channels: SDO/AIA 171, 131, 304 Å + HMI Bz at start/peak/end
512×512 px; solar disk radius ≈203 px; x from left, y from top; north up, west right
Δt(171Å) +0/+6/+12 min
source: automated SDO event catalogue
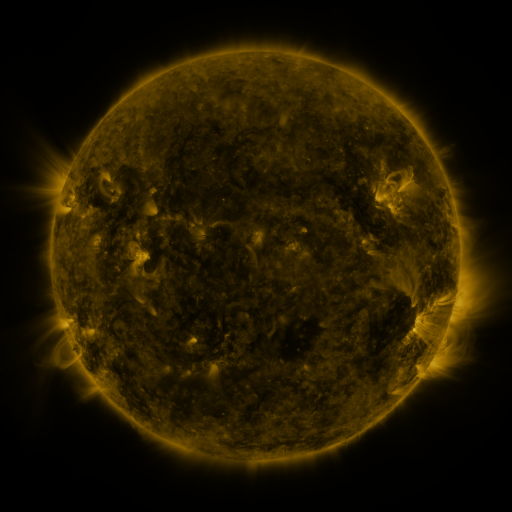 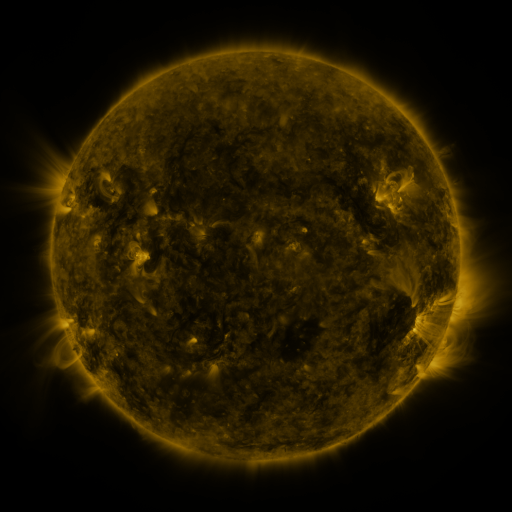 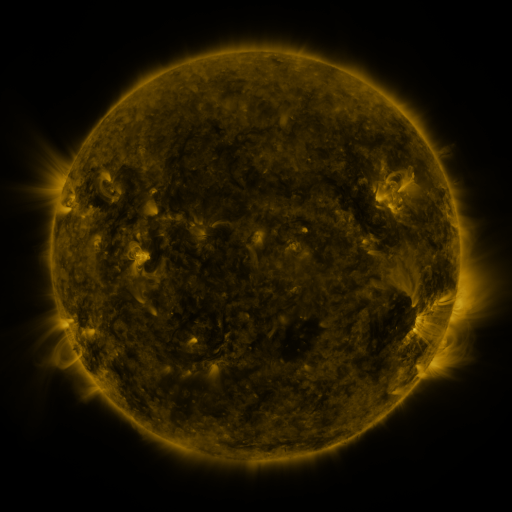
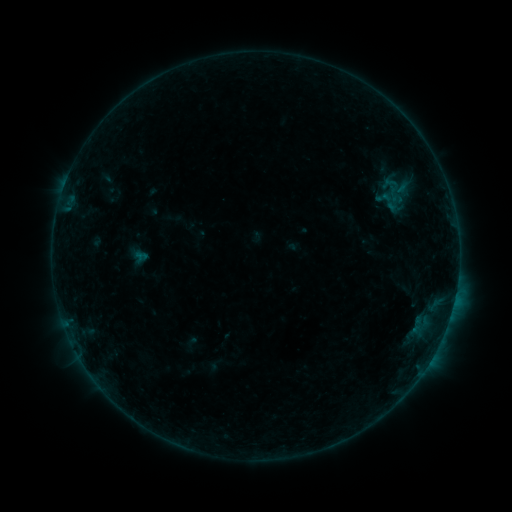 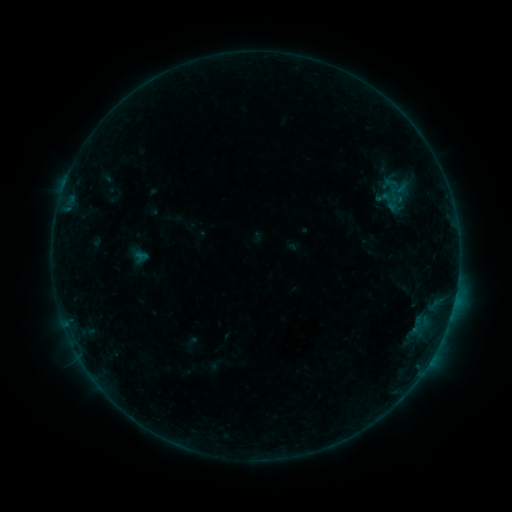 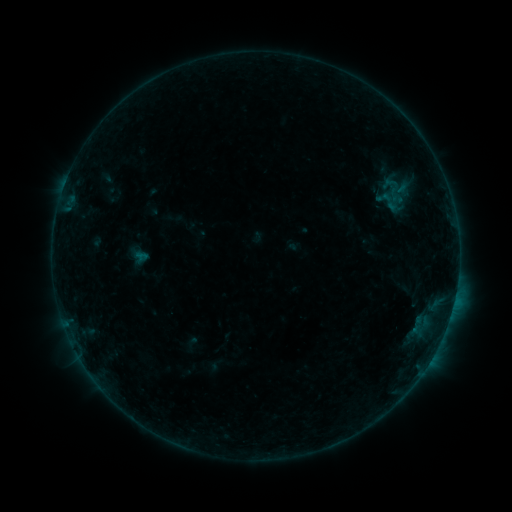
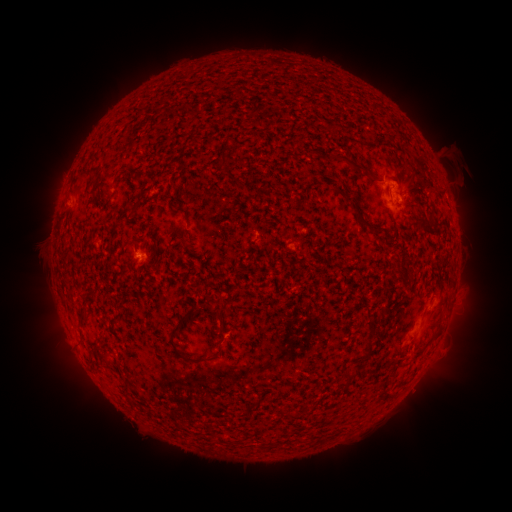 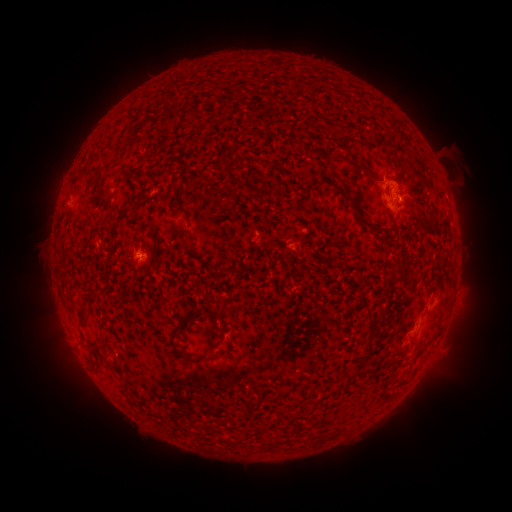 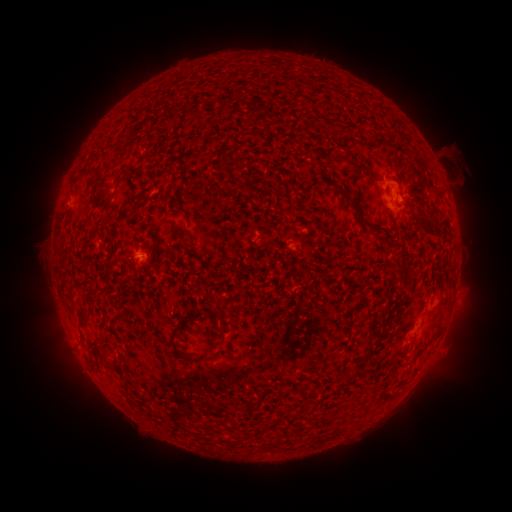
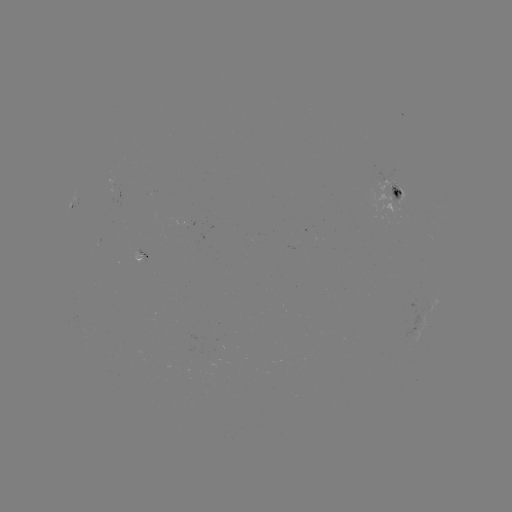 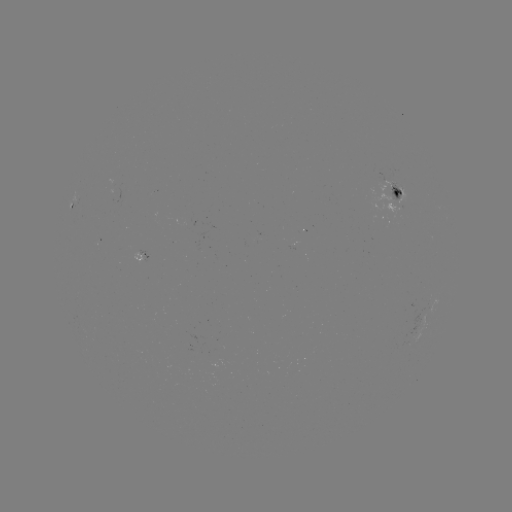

no catalogued flare and no flagged EUV brightening in this window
